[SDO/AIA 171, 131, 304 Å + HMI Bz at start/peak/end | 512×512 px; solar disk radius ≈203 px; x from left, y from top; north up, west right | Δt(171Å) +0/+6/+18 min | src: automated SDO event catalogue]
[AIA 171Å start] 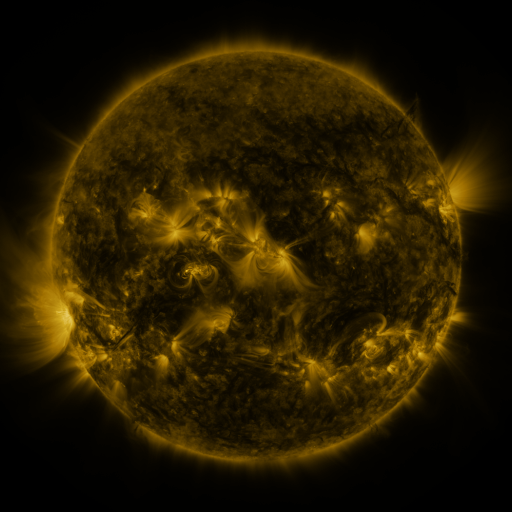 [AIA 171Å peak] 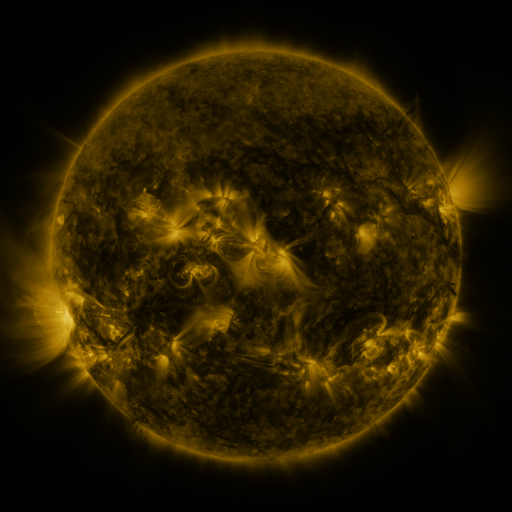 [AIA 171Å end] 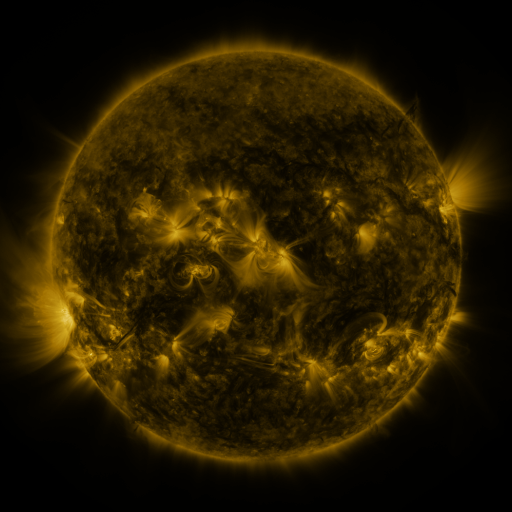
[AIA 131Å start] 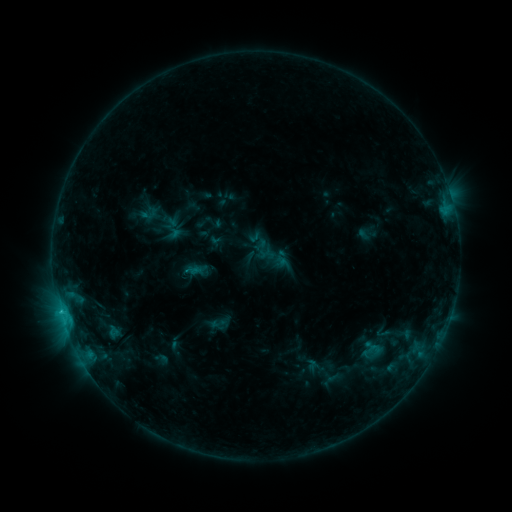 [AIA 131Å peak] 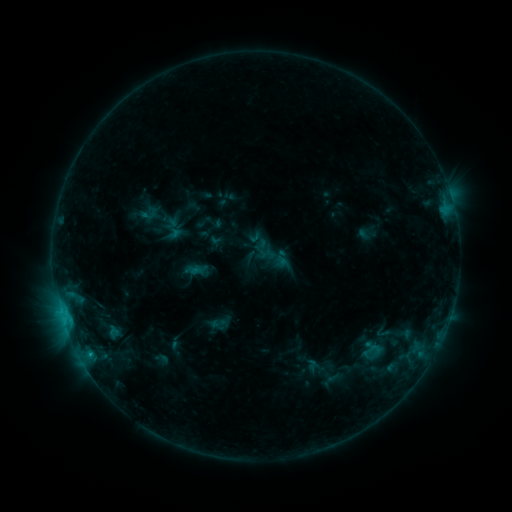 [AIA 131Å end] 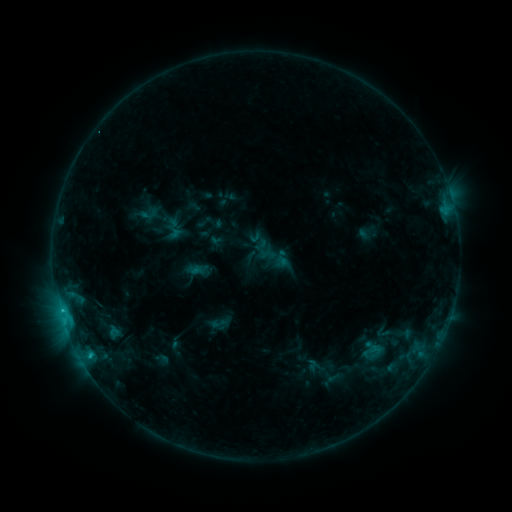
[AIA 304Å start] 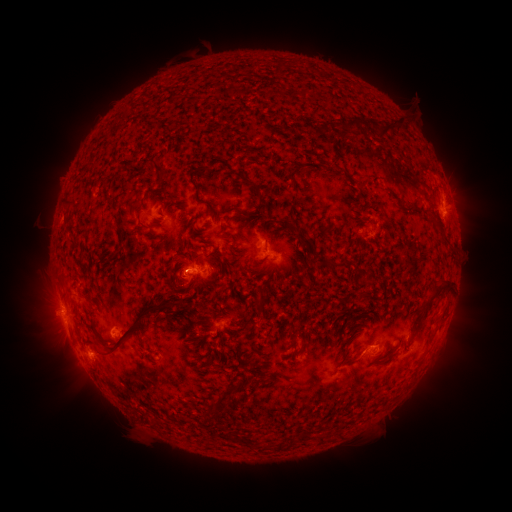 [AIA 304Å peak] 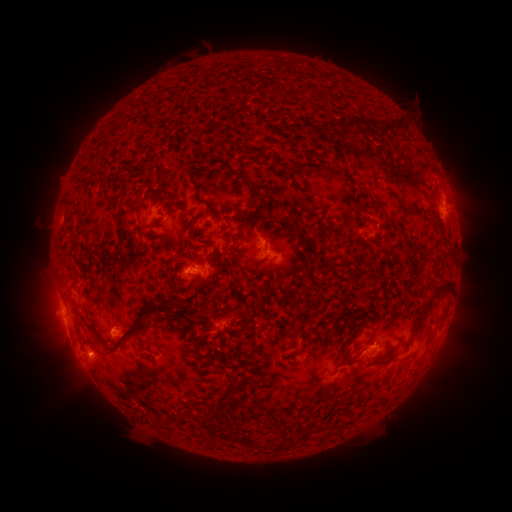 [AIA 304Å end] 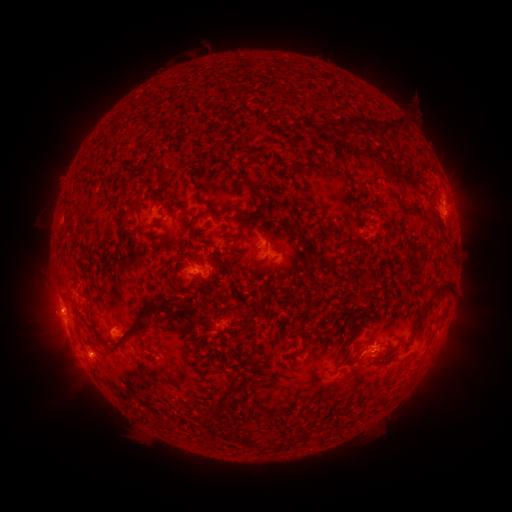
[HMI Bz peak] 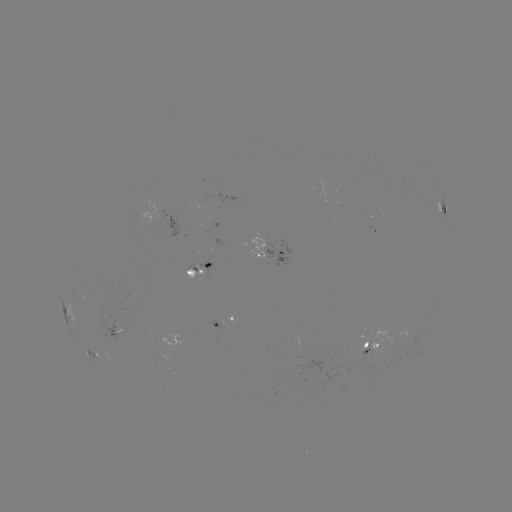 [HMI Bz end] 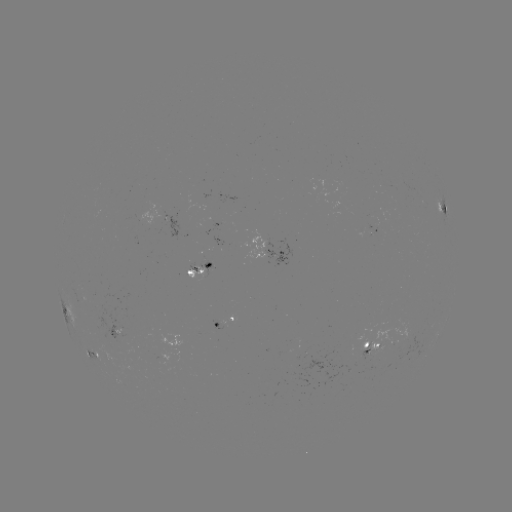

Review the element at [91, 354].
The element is C1.3 flare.